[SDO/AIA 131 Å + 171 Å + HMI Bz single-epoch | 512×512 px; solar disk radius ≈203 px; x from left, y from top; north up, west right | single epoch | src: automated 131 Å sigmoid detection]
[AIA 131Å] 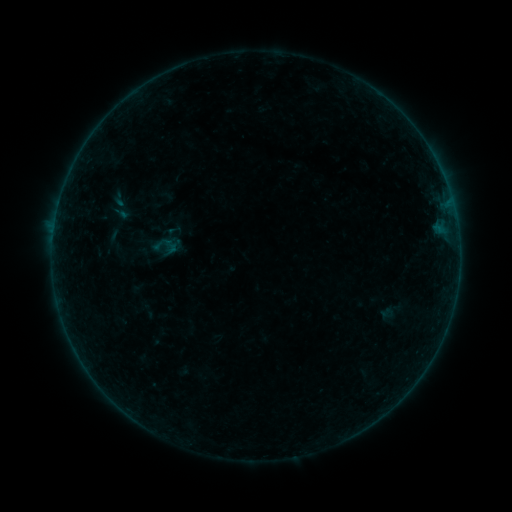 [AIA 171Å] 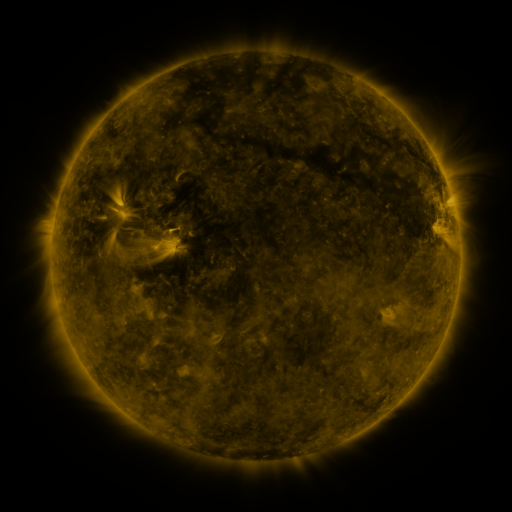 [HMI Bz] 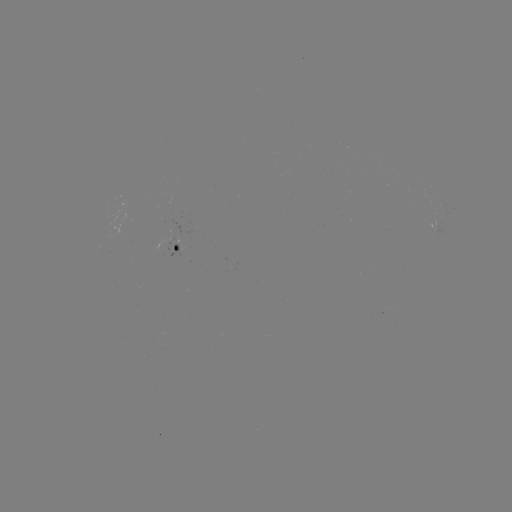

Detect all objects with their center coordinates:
sigmoid: (103, 186, 139, 229)
sigmoid: (150, 233, 170, 255)
